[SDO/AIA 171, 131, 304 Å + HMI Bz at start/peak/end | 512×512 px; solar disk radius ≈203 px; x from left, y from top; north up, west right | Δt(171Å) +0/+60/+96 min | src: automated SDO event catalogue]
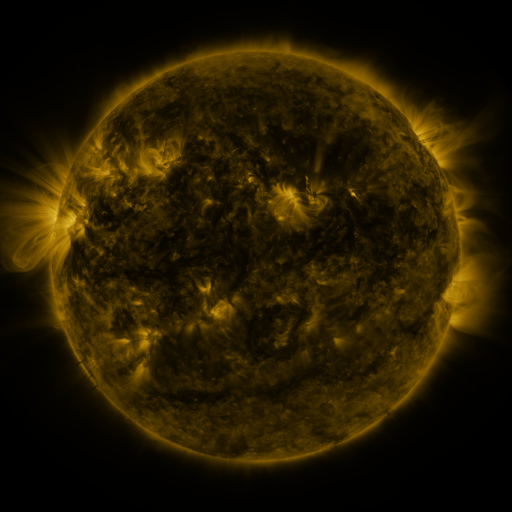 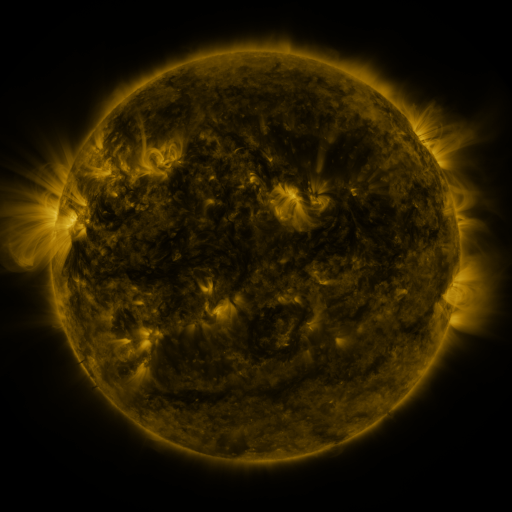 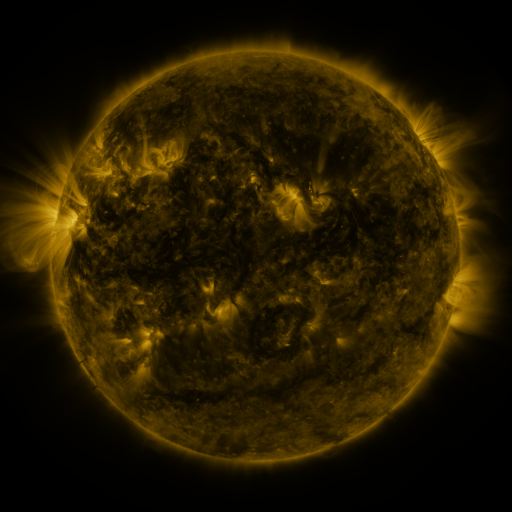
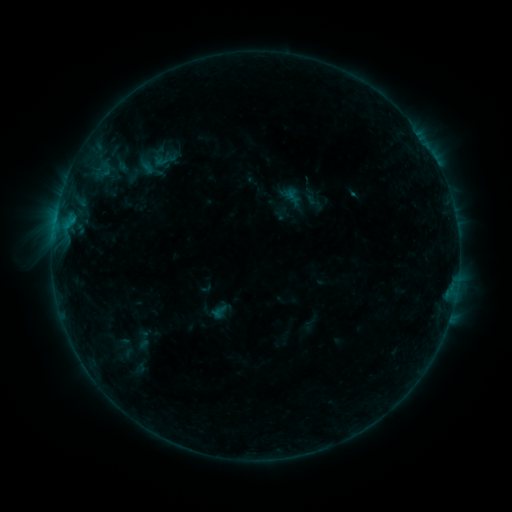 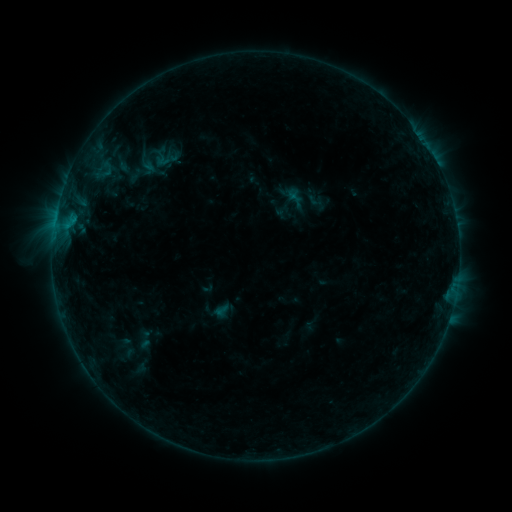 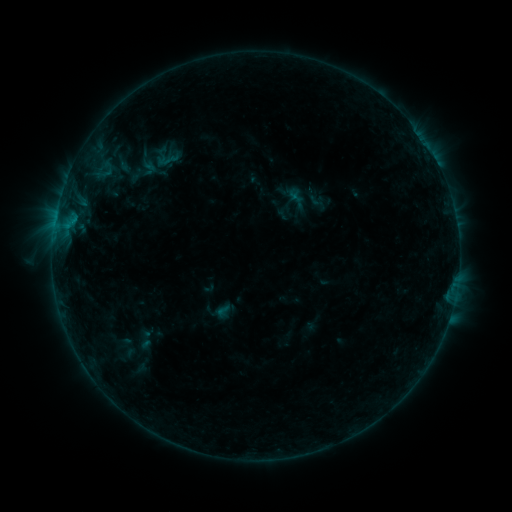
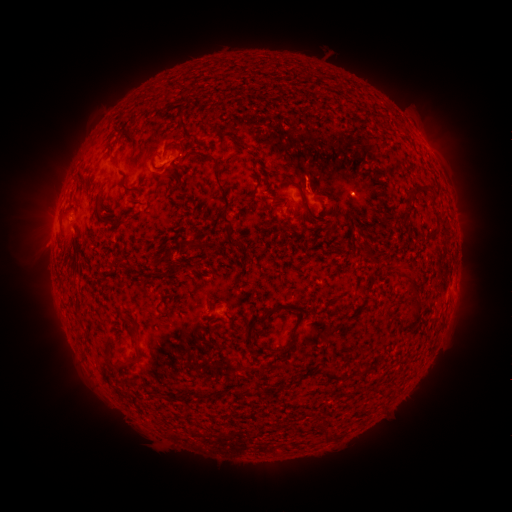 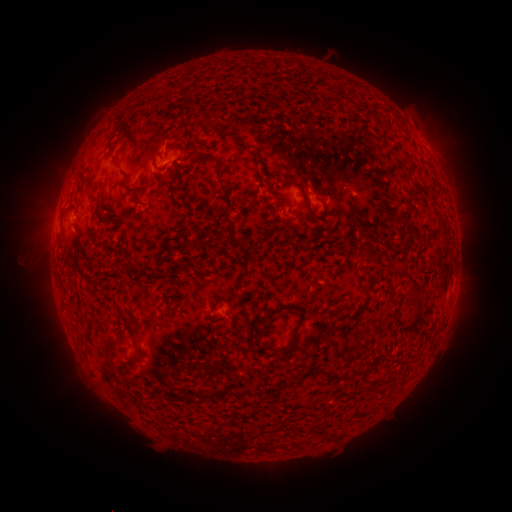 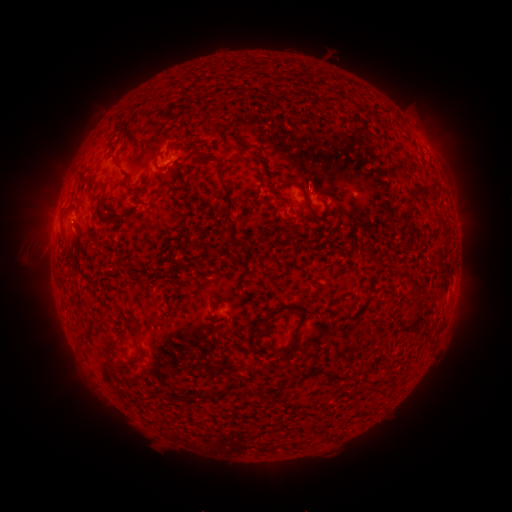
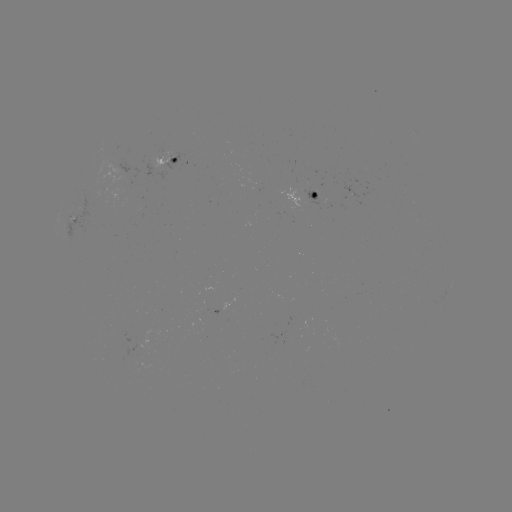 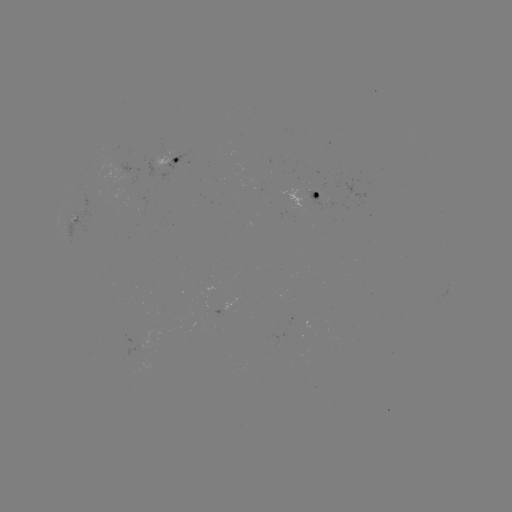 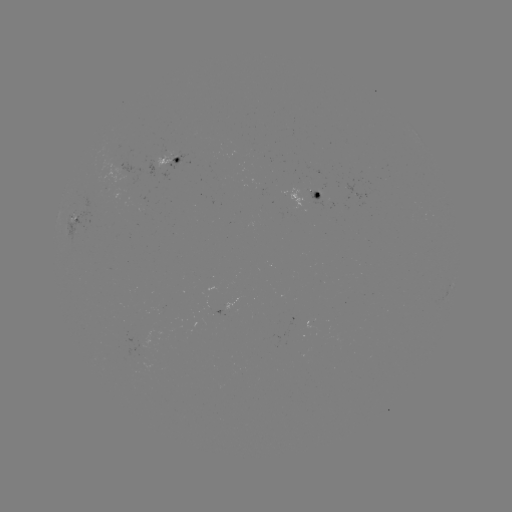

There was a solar emerging-flux region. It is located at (317, 195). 